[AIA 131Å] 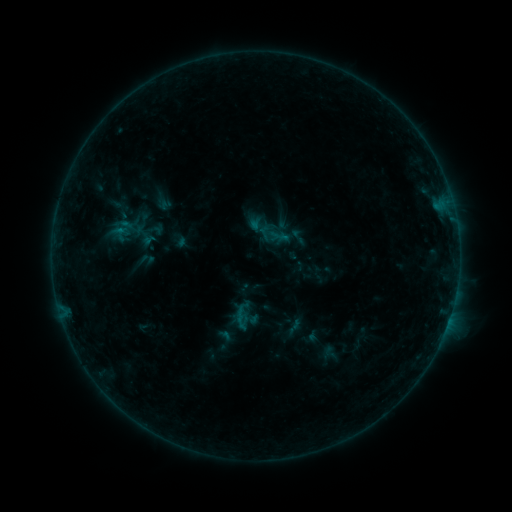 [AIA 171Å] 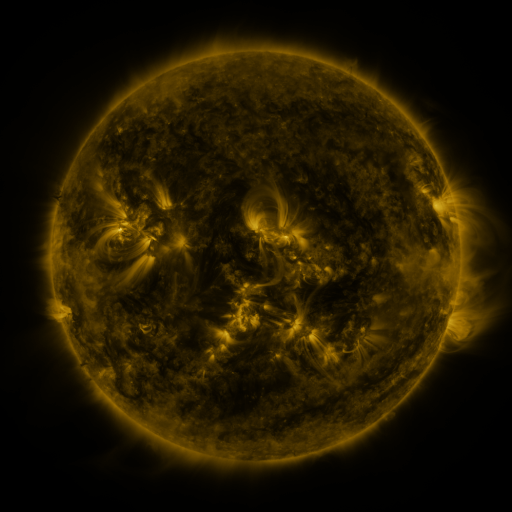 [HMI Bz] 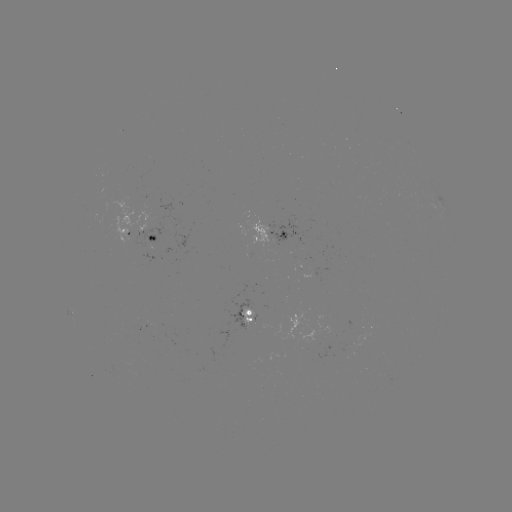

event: sigmoid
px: (298, 237)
